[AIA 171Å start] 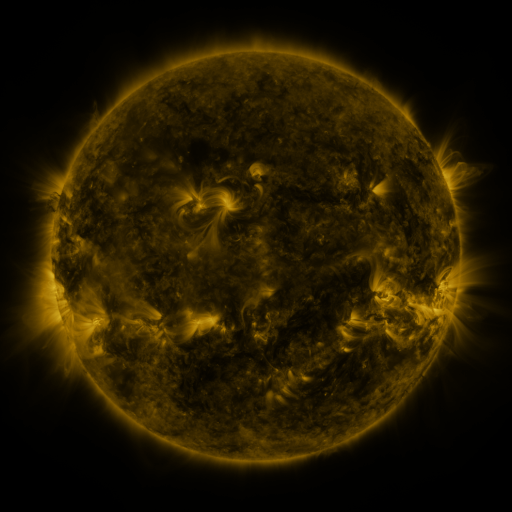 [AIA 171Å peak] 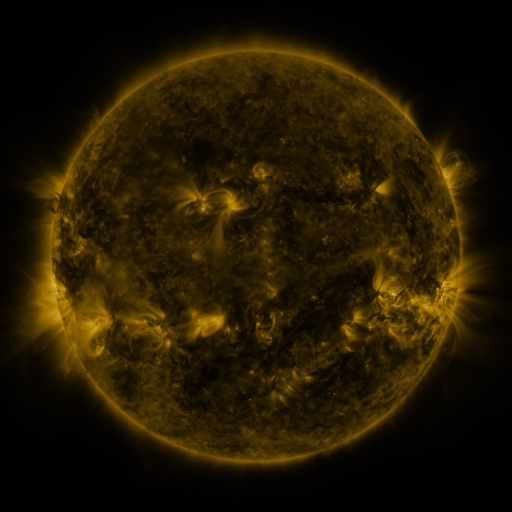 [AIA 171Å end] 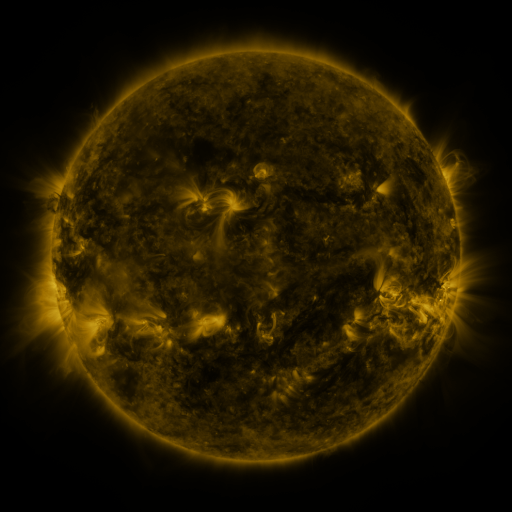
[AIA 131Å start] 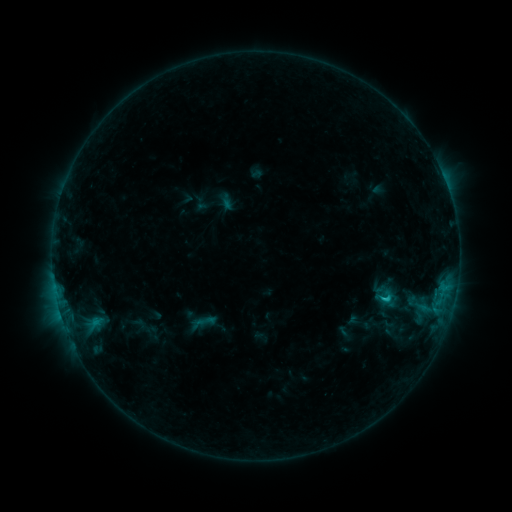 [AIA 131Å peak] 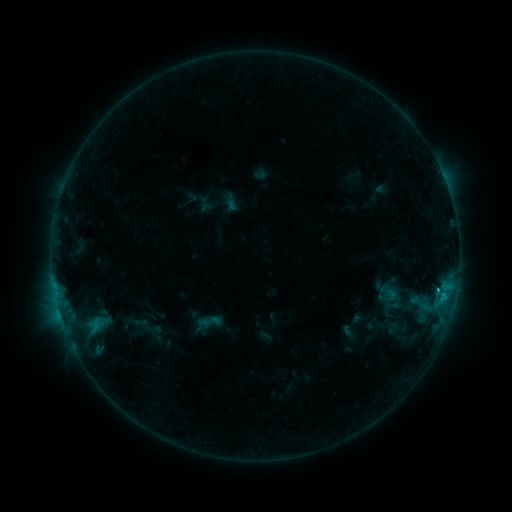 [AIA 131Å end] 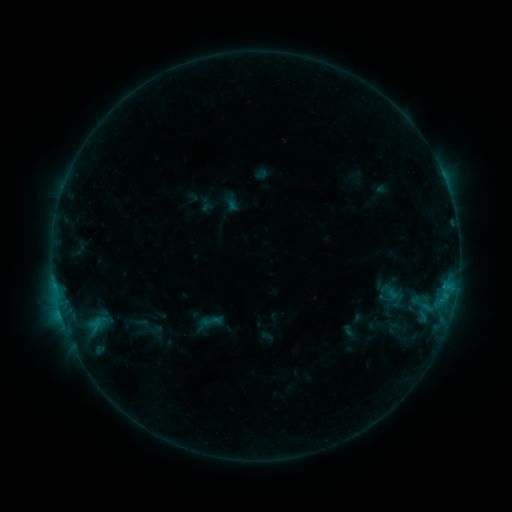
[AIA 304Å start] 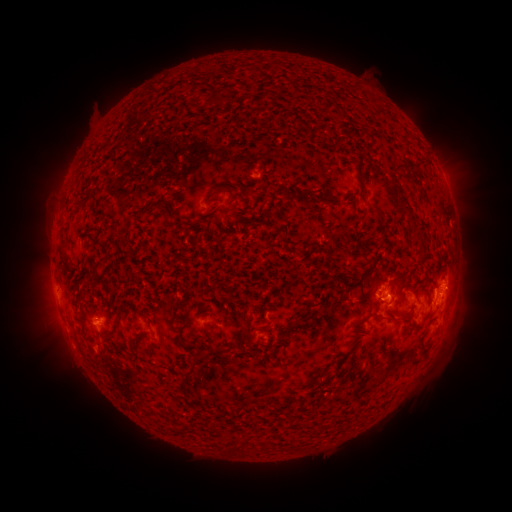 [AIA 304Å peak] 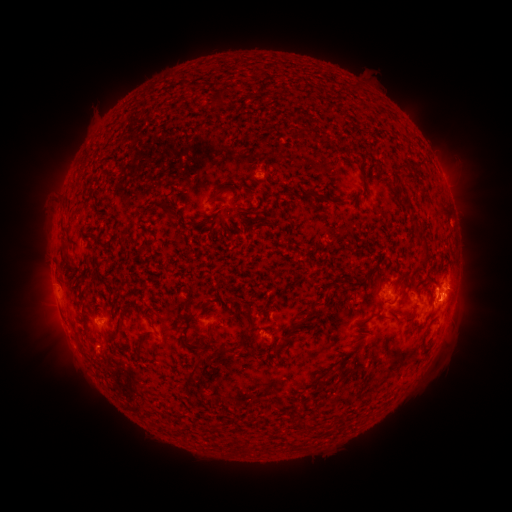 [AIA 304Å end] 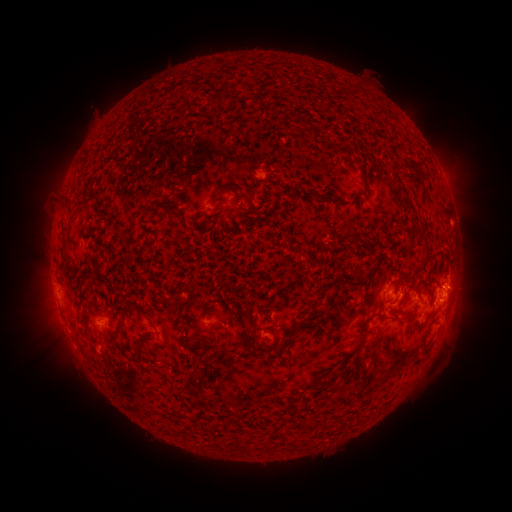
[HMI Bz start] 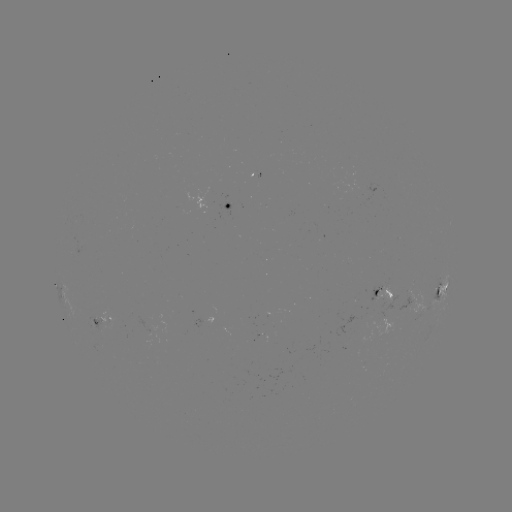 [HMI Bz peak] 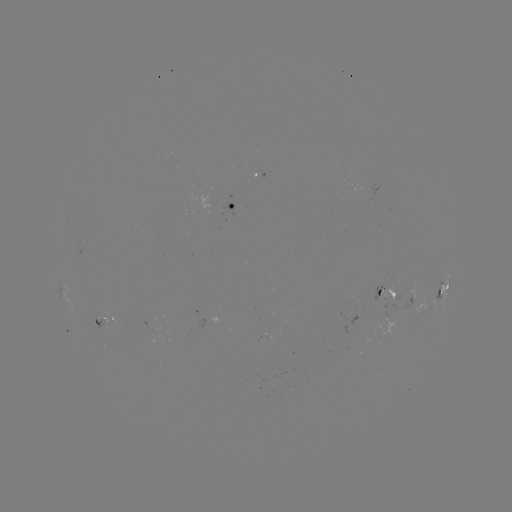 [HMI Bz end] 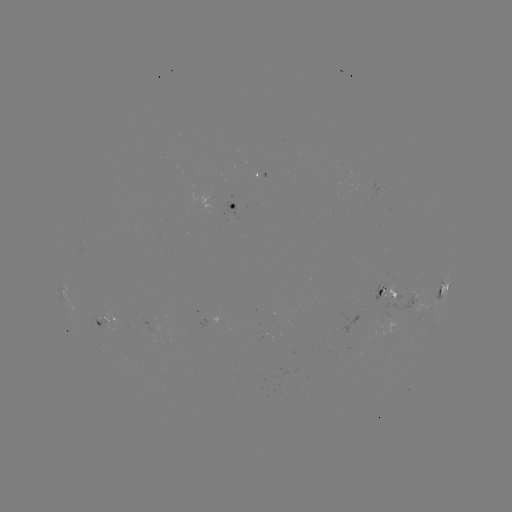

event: emerging-flux region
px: (407, 306)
